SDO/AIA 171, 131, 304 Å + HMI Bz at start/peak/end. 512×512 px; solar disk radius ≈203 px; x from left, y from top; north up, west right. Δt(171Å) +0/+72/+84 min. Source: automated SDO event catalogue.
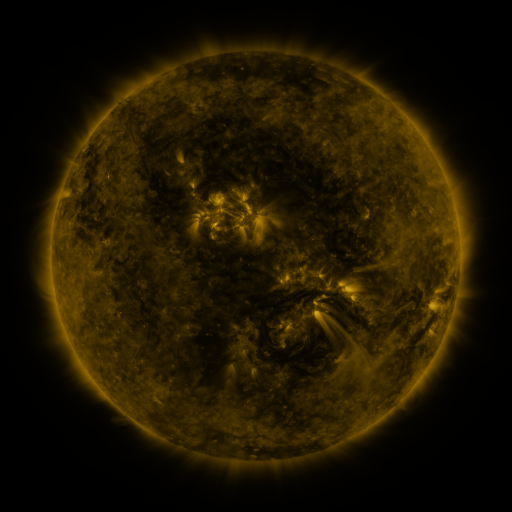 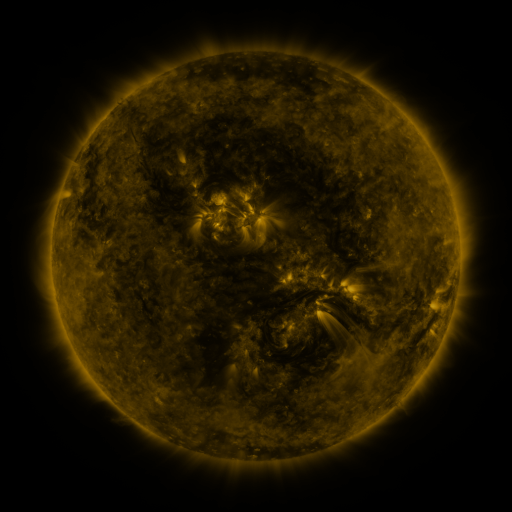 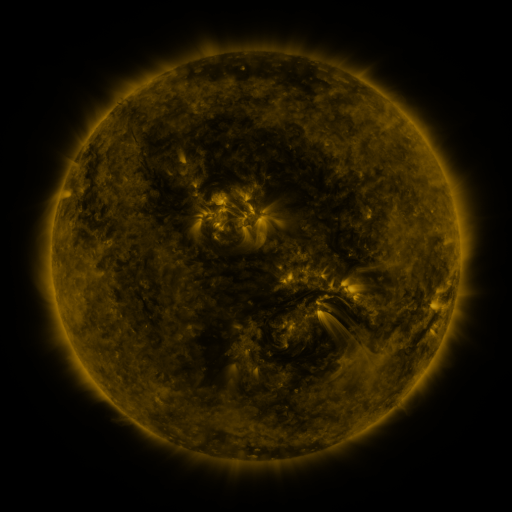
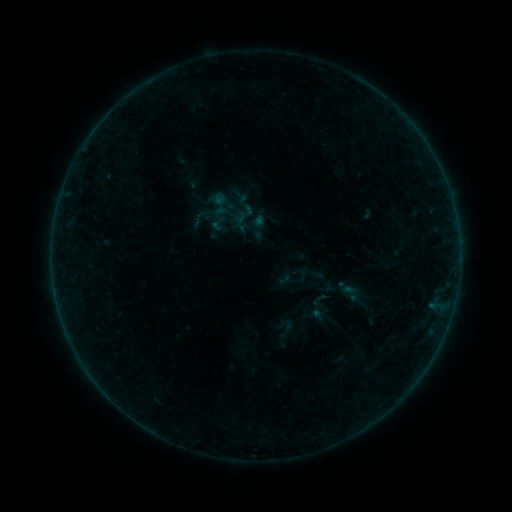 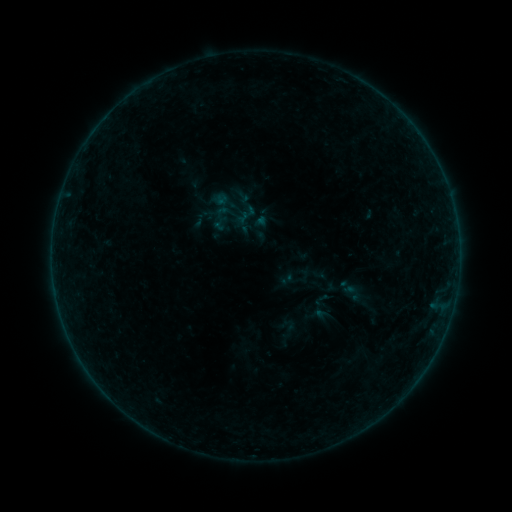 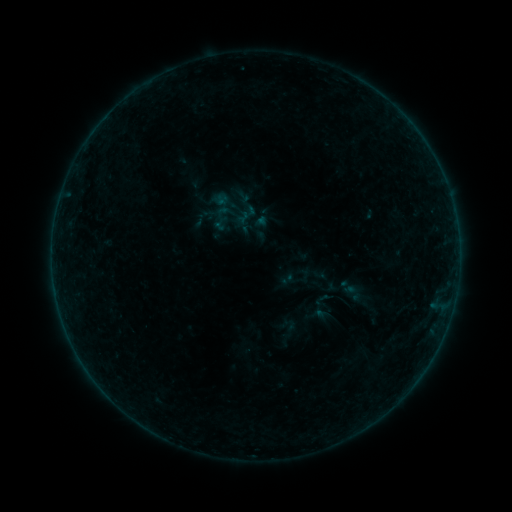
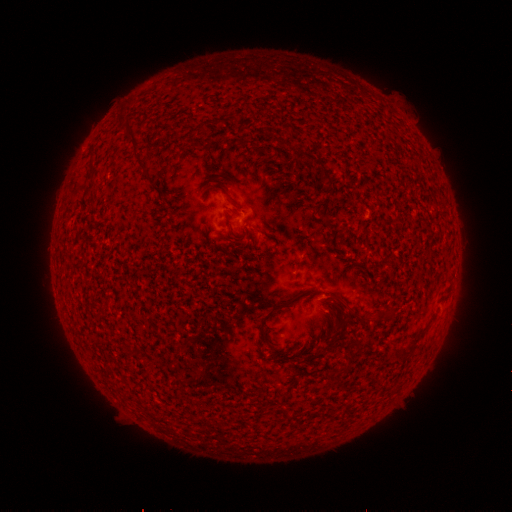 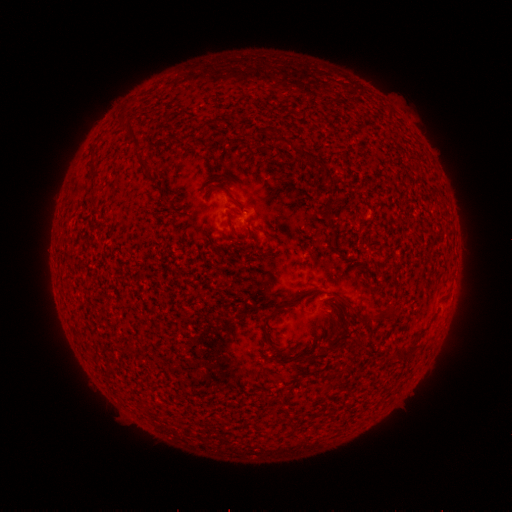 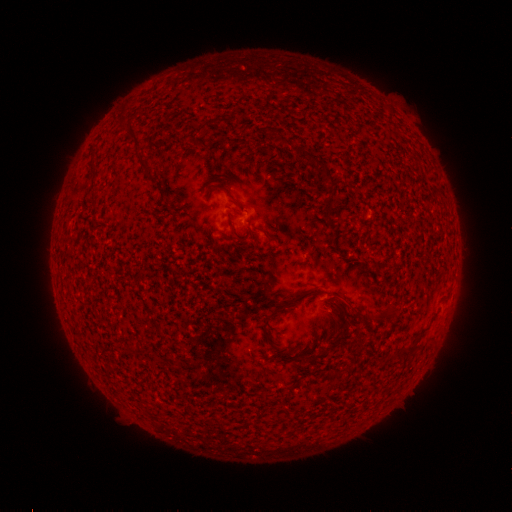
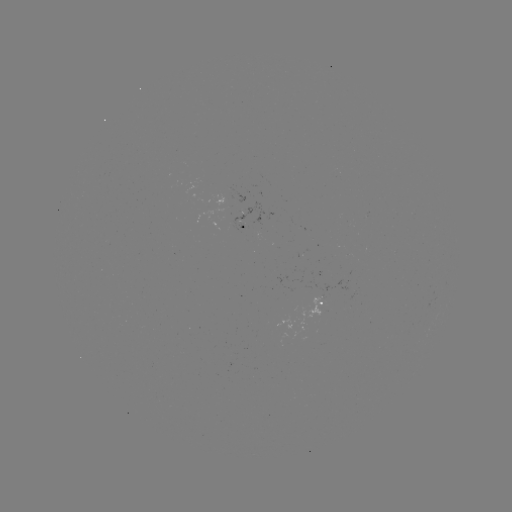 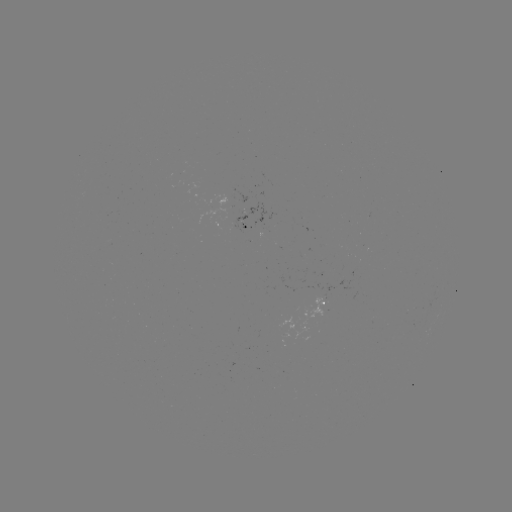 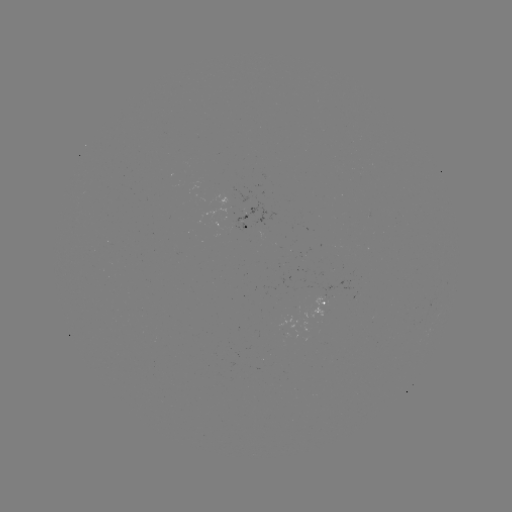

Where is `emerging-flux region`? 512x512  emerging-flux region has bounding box [233, 203, 276, 233].